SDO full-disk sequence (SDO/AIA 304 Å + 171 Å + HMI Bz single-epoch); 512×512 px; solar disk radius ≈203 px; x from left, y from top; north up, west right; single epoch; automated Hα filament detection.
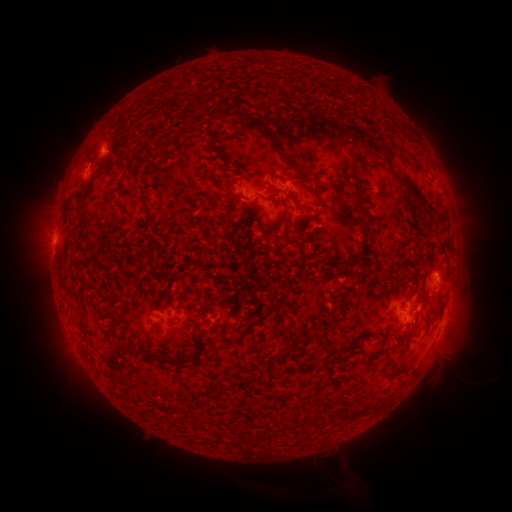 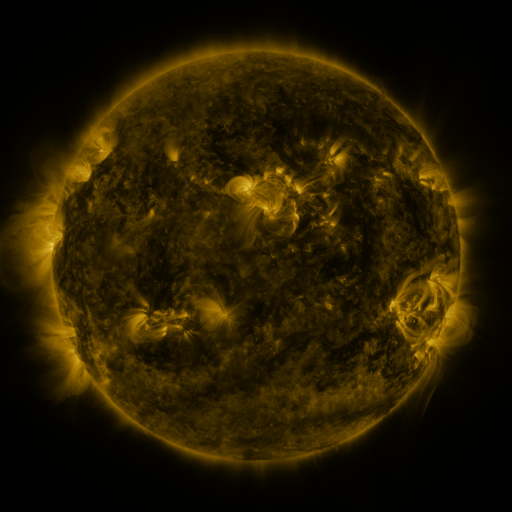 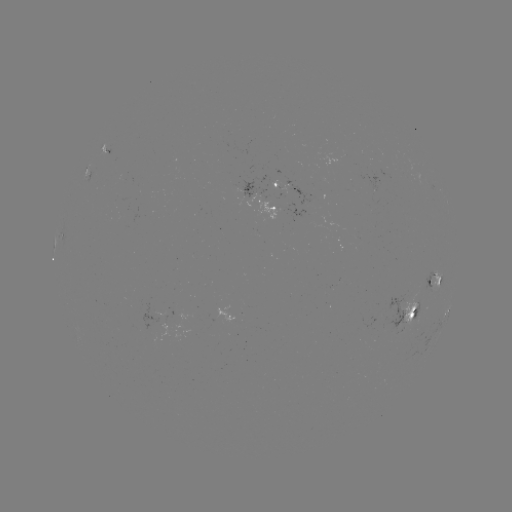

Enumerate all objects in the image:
filament: [243, 112, 282, 151]
filament: [348, 157, 363, 202]
filament: [296, 167, 306, 178]
filament: [399, 174, 424, 205]
filament: [238, 190, 248, 201]
filament: [141, 192, 149, 208]
filament: [207, 193, 219, 204]
filament: [80, 198, 94, 226]
filament: [224, 200, 231, 217]
filament: [310, 202, 321, 208]
filament: [435, 208, 448, 225]
filament: [293, 226, 307, 239]
filament: [87, 240, 99, 248]
filament: [409, 293, 423, 314]
filament: [263, 303, 278, 315]
filament: [166, 319, 178, 325]
filament: [240, 320, 255, 336]
filament: [373, 332, 384, 341]
filament: [149, 346, 197, 367]
filament: [280, 347, 293, 358]
